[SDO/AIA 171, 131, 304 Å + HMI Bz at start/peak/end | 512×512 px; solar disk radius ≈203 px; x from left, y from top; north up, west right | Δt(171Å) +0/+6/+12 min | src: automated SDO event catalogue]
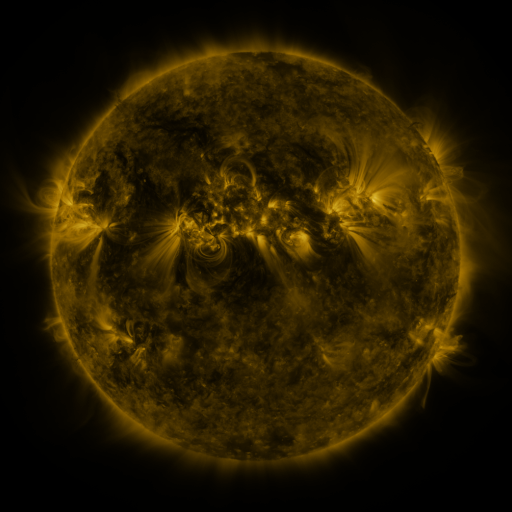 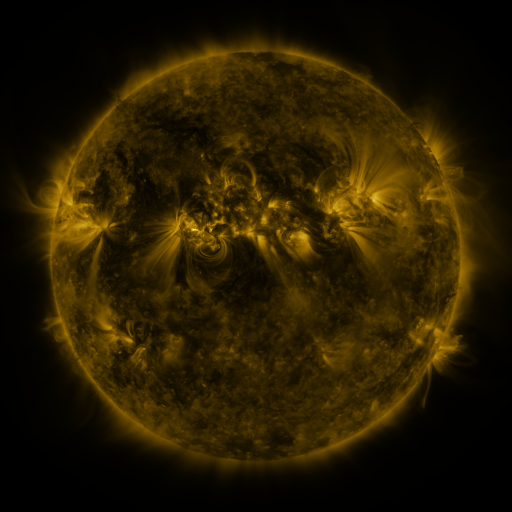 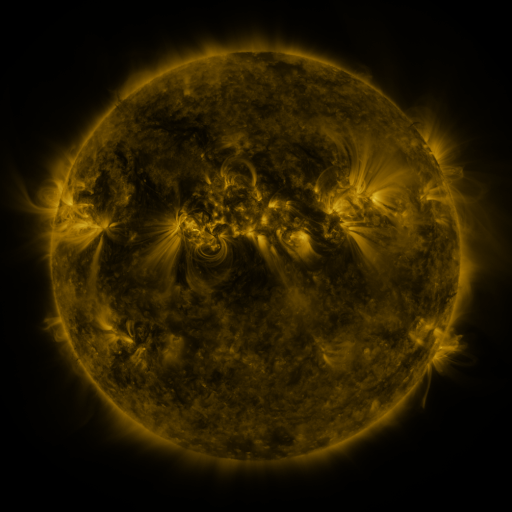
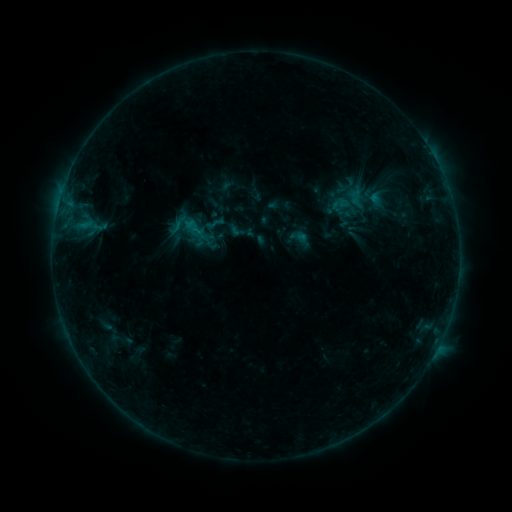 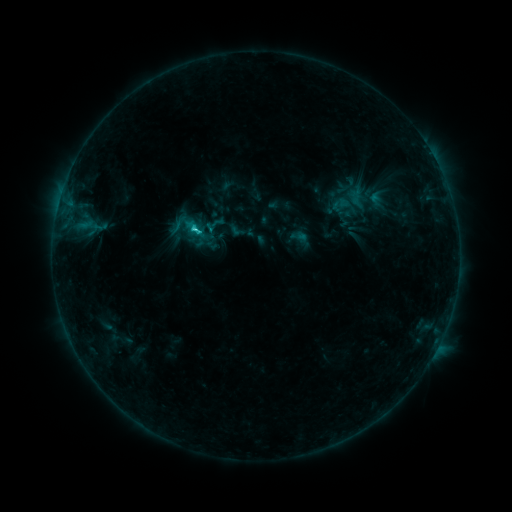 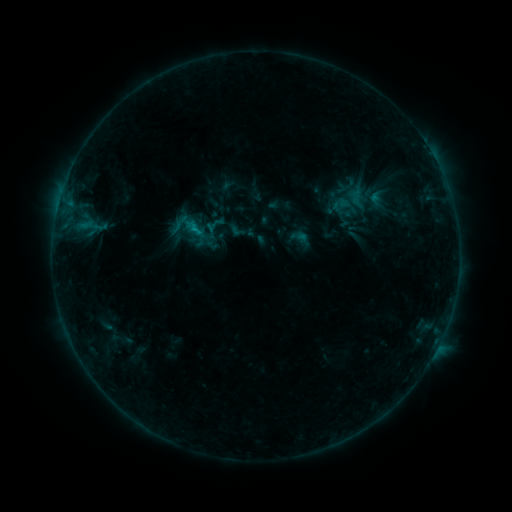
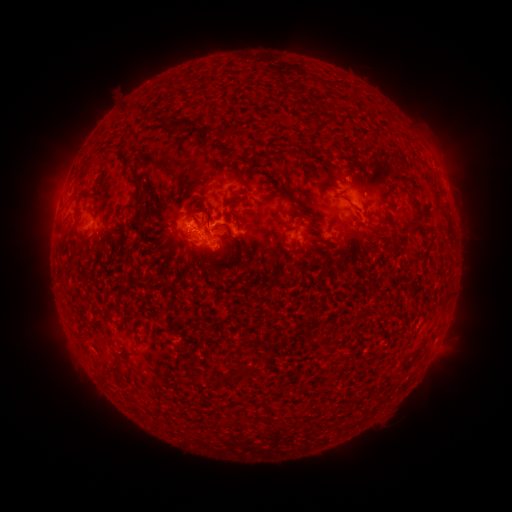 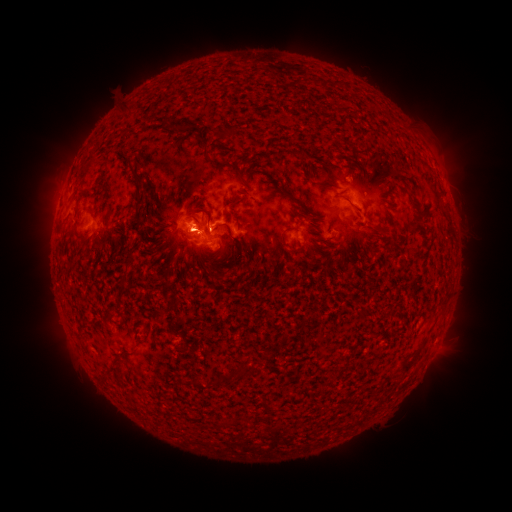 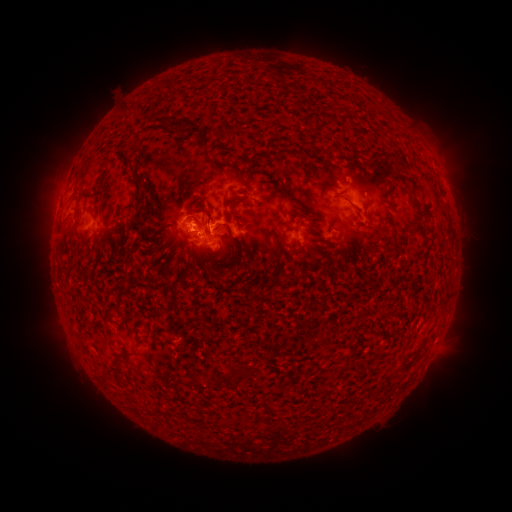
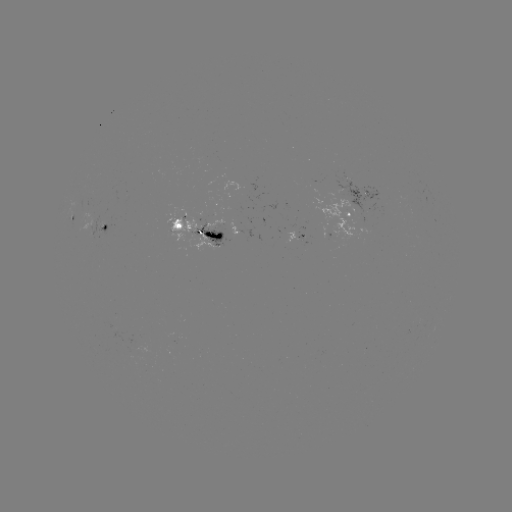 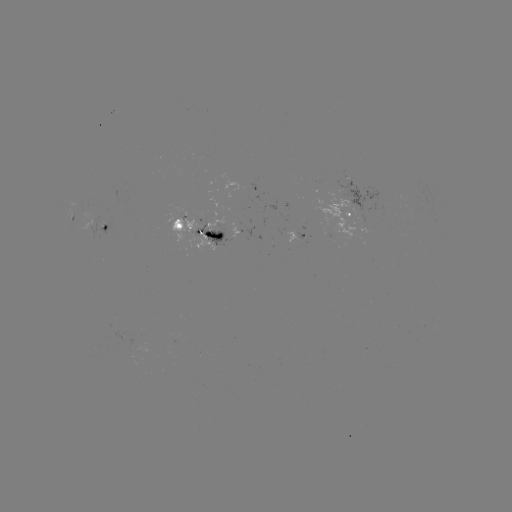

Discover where C1.8 flare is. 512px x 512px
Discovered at (198, 229).